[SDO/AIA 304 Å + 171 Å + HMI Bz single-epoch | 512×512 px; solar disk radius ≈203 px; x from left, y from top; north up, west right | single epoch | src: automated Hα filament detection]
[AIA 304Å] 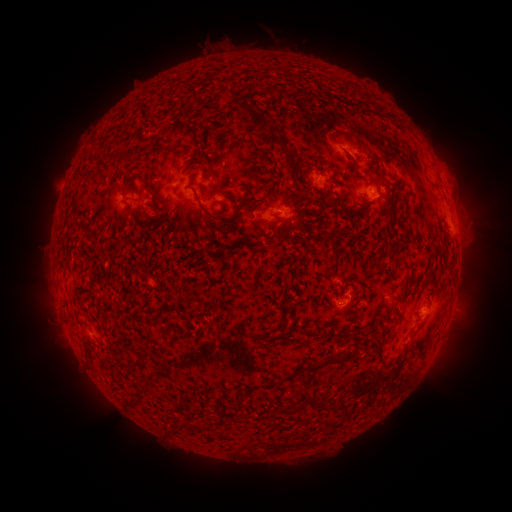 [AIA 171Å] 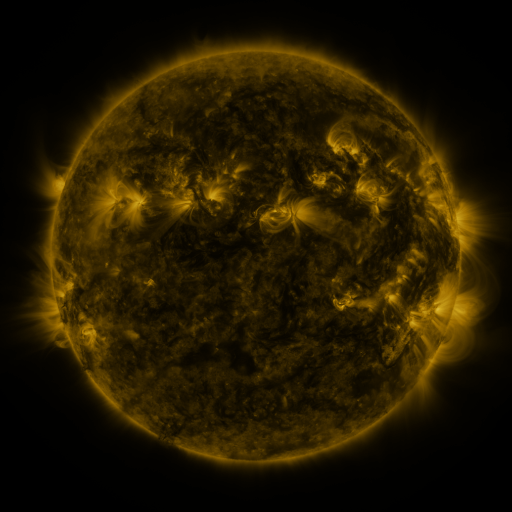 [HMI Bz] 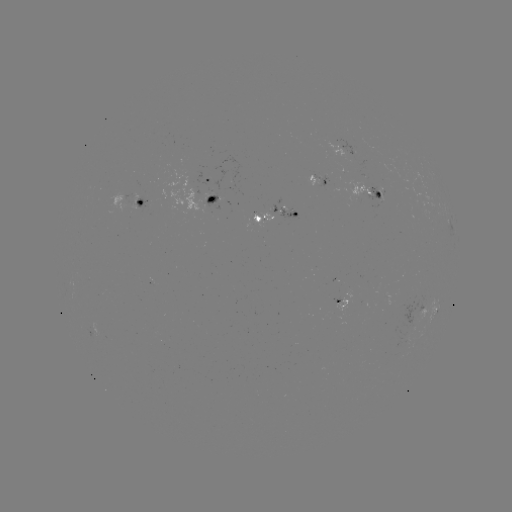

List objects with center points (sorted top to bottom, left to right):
filament: <bbox>231, 100, 270, 136</bbox>
filament: <bbox>384, 110, 395, 122</bbox>
filament: <bbox>333, 128, 379, 177</bbox>
filament: <bbox>266, 130, 291, 169</bbox>
filament: <bbox>180, 144, 192, 153</bbox>
filament: <bbox>164, 146, 174, 154</bbox>
filament: <bbox>349, 157, 358, 175</bbox>
filament: <bbox>73, 170, 97, 185</bbox>
filament: <bbox>302, 184, 312, 195</bbox>
filament: <bbox>189, 187, 254, 225</bbox>
filament: <bbox>152, 193, 161, 204</bbox>
filament: <bbox>335, 194, 345, 202</bbox>
filament: <bbox>265, 230, 289, 250</bbox>
filament: <bbox>364, 324, 373, 332</bbox>
filament: <bbox>375, 333, 384, 360</bbox>
filament: <bbox>168, 334, 179, 343</bbox>
filament: <bbox>298, 336, 309, 346</bbox>
filament: <bbox>303, 350, 355, 373</bbox>
filament: <bbox>132, 354, 145, 368</bbox>
filament: <bbox>320, 395, 328, 409</bbox>
filament: <bbox>278, 398, 309, 415</bbox>
filament: <bbox>180, 419, 193, 429</bbox>
filament: <bbox>194, 422, 204, 432</bbox>
filament: <bbox>166, 426, 177, 435</bbox>
